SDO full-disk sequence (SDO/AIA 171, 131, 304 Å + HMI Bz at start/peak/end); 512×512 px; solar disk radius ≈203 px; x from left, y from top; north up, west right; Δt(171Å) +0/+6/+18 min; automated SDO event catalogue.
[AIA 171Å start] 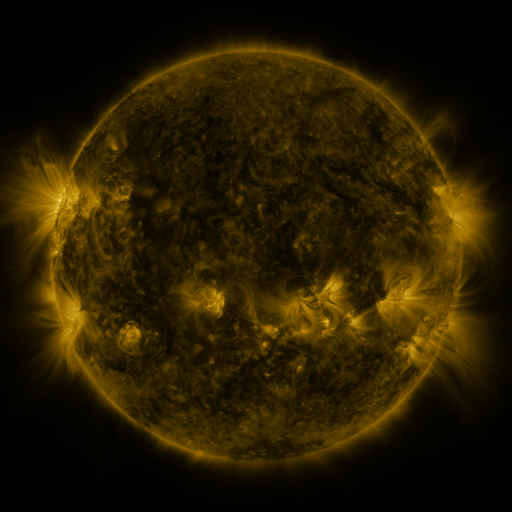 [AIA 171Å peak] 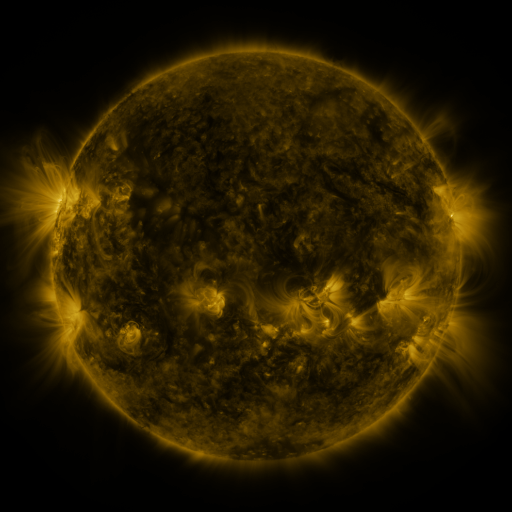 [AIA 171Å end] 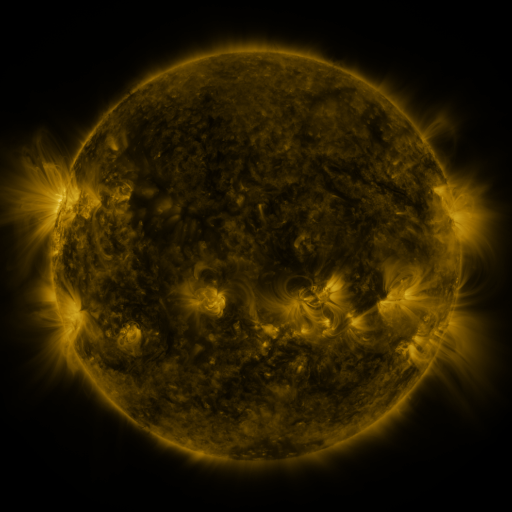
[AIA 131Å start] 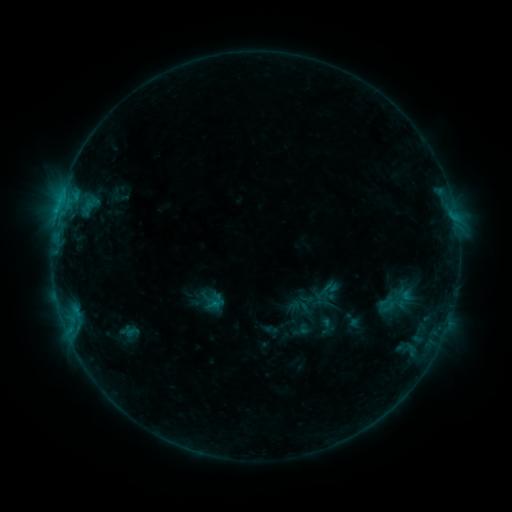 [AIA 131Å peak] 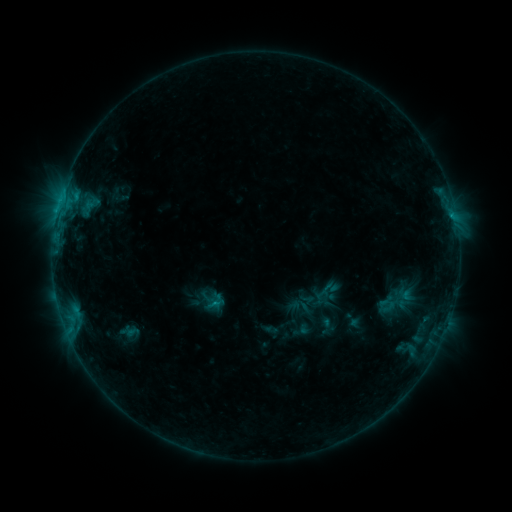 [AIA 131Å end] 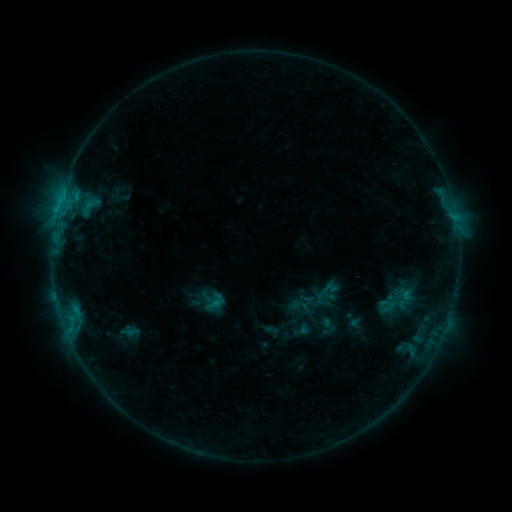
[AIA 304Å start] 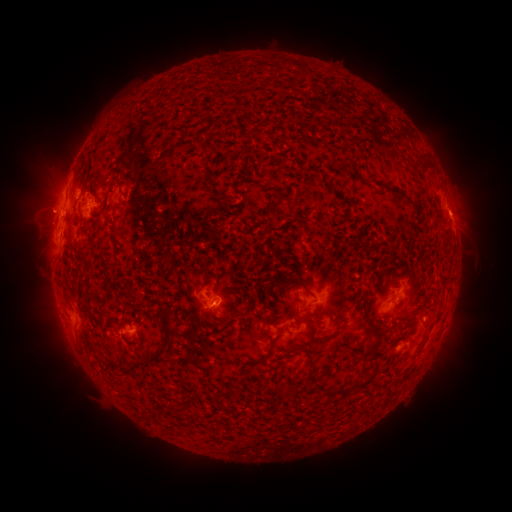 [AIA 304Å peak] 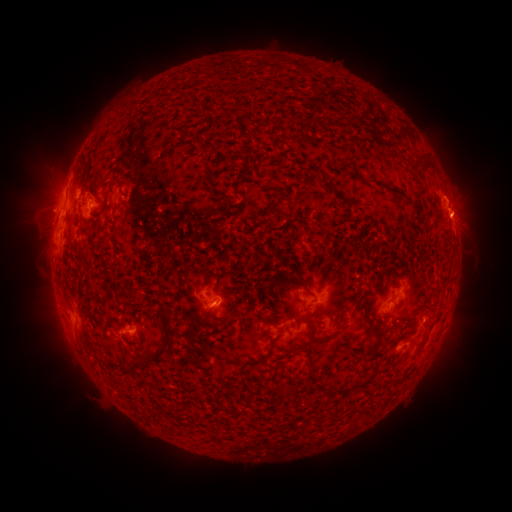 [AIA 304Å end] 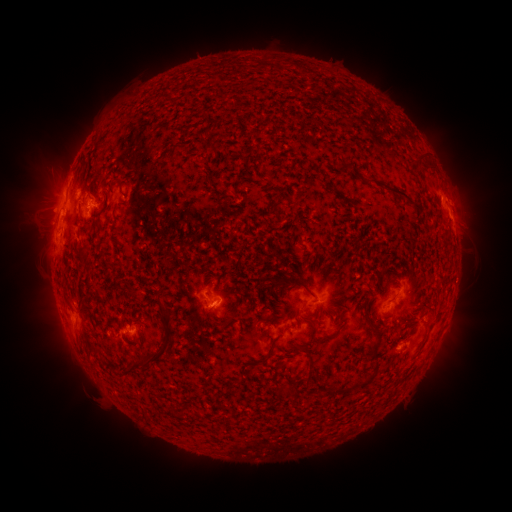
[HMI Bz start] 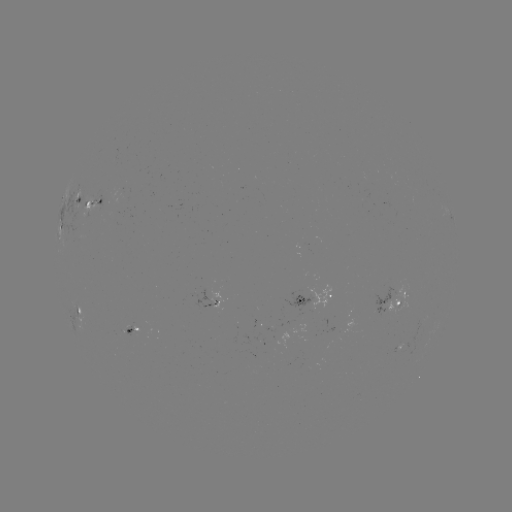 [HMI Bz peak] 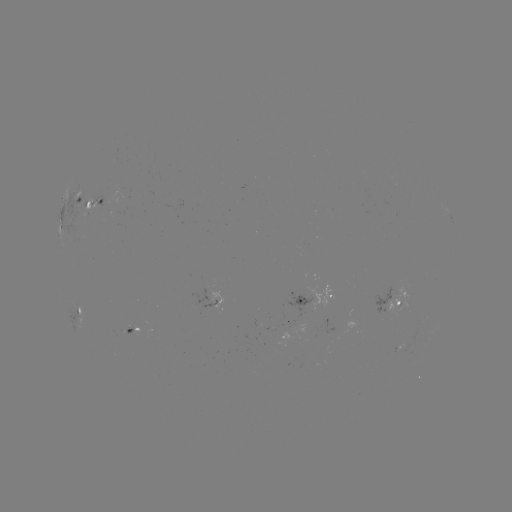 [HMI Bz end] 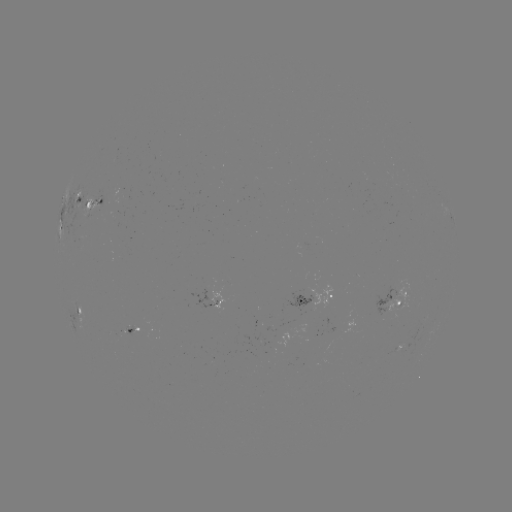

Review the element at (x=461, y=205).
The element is eruption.